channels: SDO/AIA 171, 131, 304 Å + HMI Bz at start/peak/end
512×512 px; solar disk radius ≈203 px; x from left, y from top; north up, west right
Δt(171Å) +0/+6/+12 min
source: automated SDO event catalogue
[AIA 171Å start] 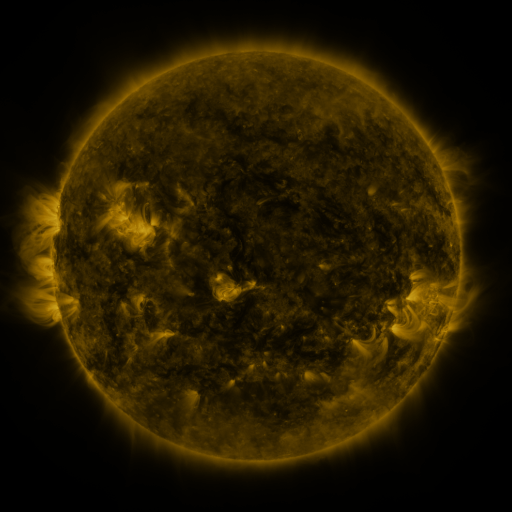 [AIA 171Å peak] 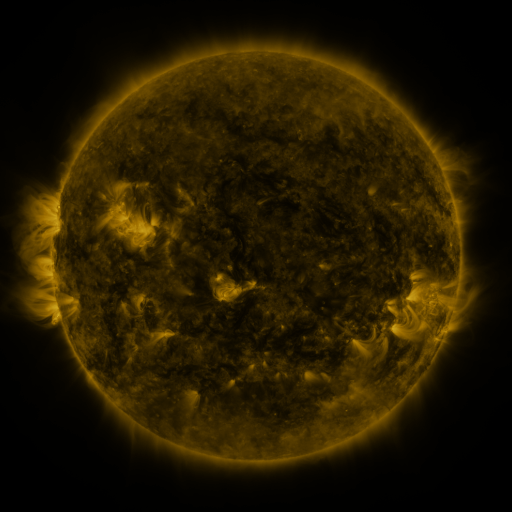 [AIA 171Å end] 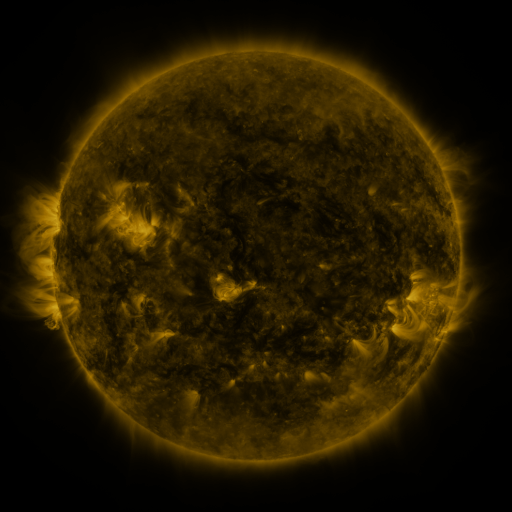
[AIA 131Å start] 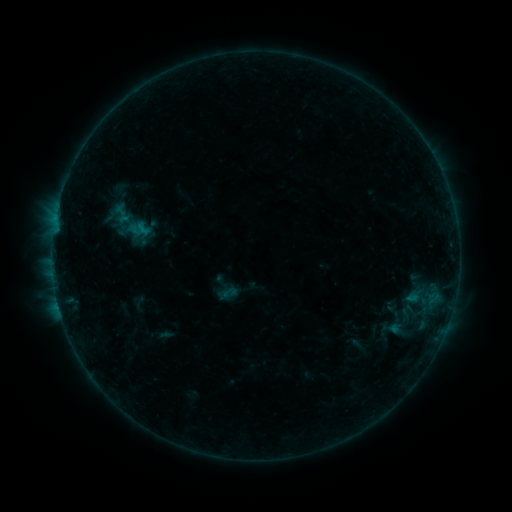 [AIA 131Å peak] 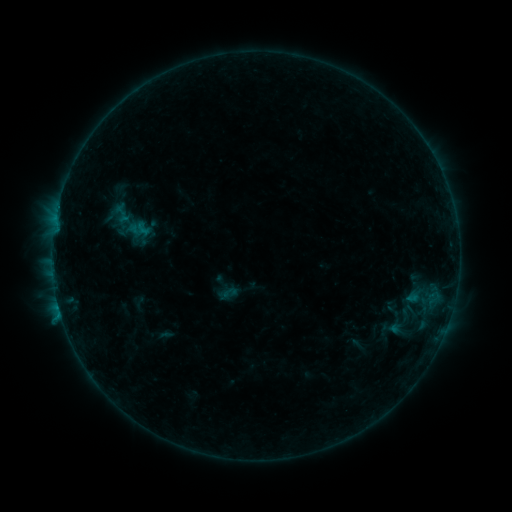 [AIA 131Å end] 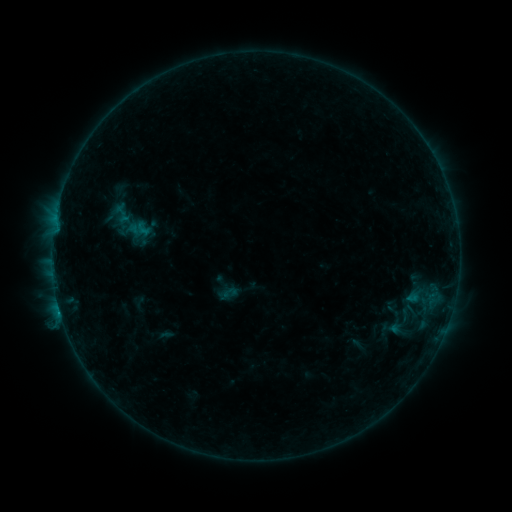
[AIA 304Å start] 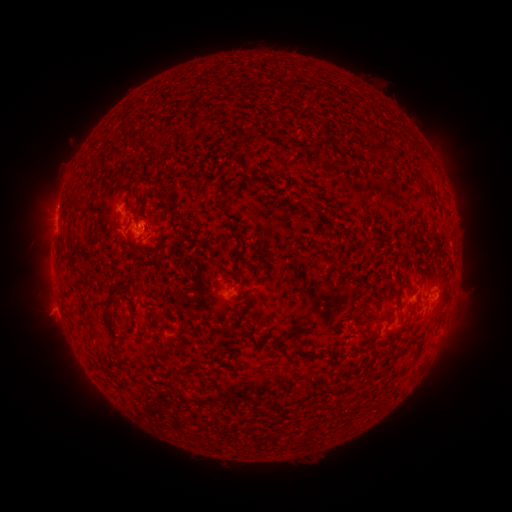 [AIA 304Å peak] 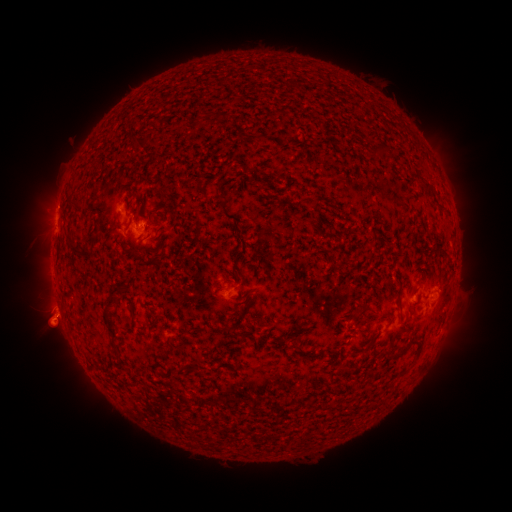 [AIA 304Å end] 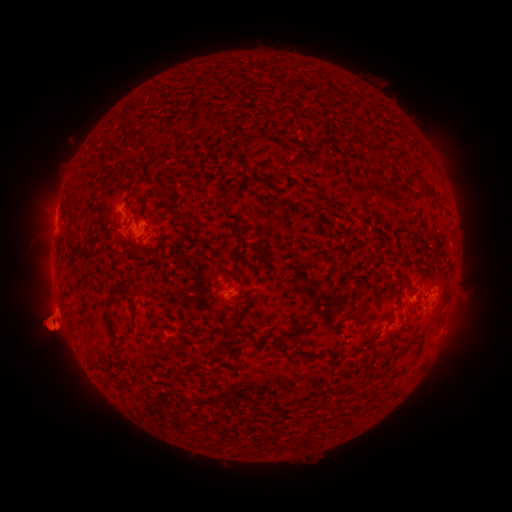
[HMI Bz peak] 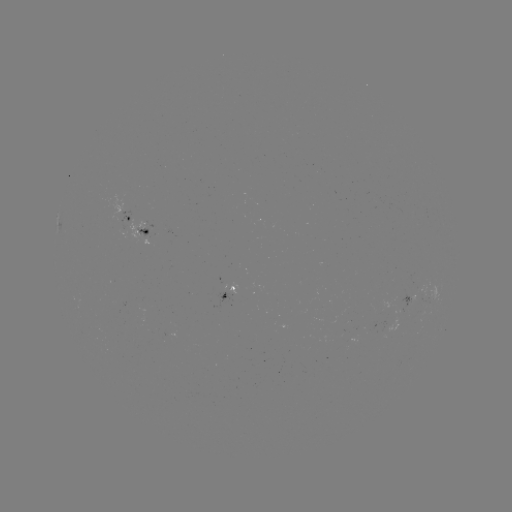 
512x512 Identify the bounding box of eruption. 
[20, 288, 86, 361].